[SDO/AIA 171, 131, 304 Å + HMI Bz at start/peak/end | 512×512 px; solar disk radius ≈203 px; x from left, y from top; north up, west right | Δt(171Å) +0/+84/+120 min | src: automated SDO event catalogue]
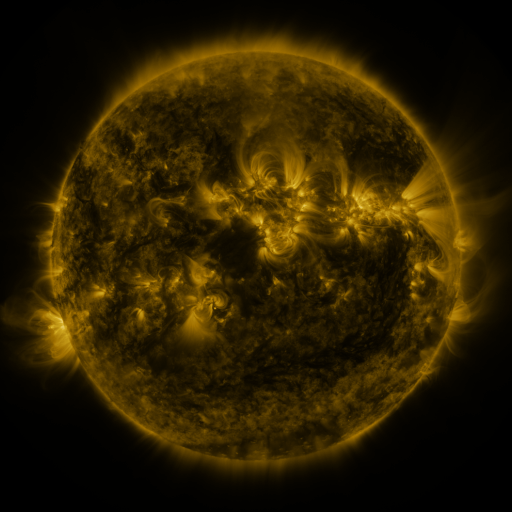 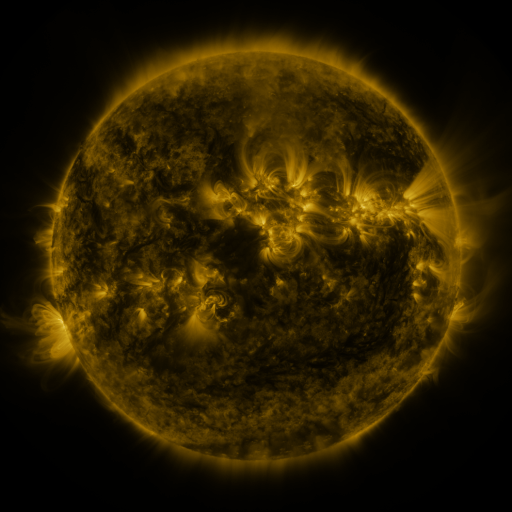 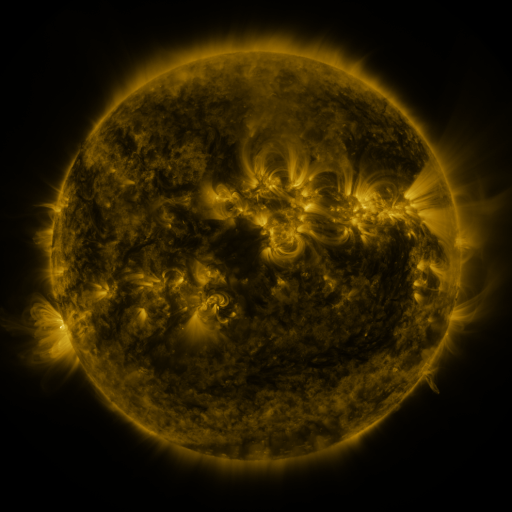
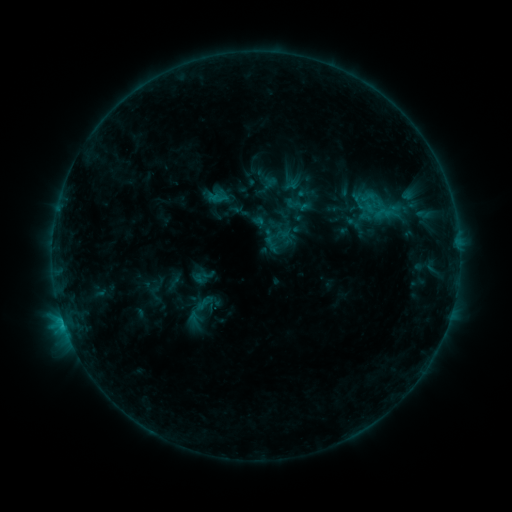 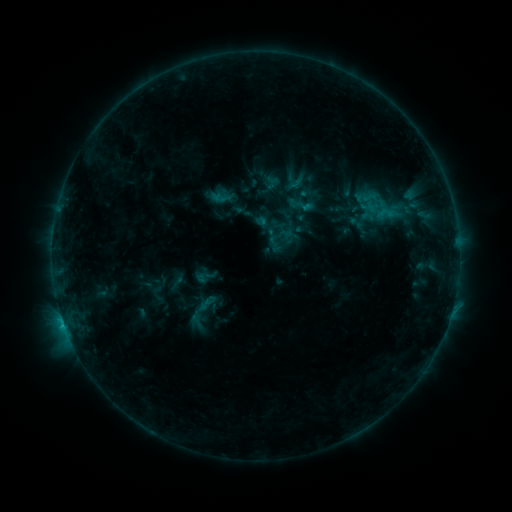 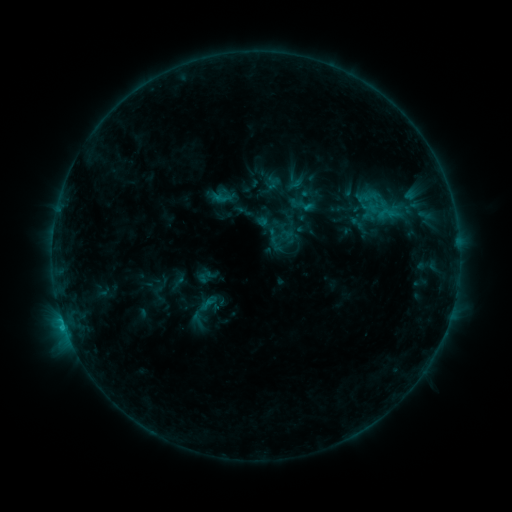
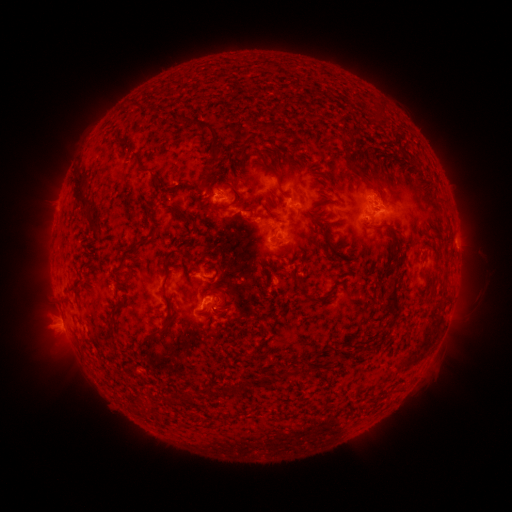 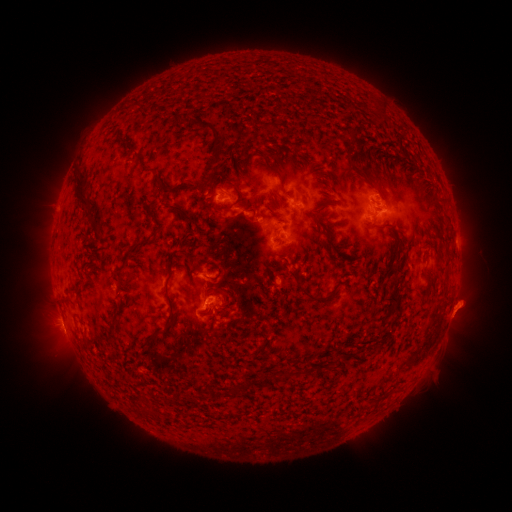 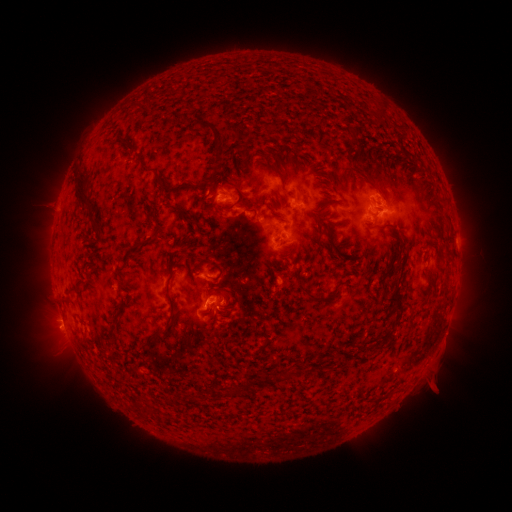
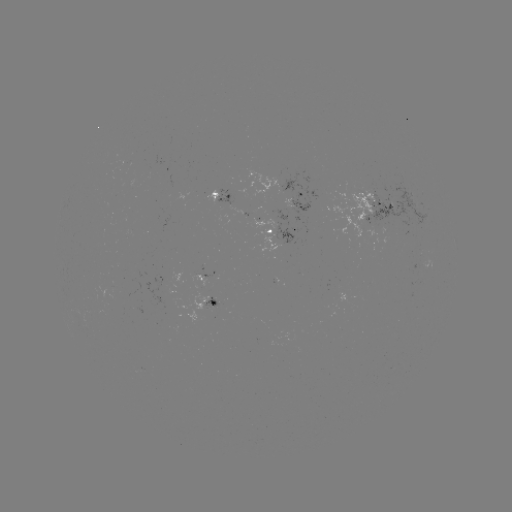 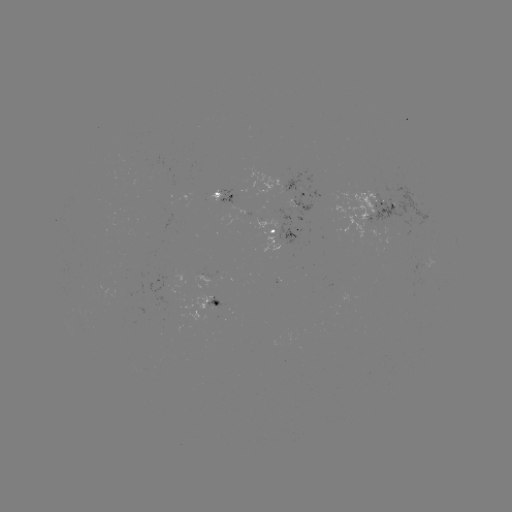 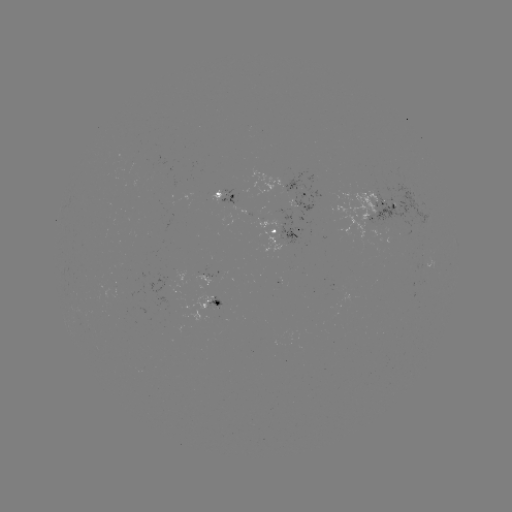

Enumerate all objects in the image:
emerging-flux region: (199, 276)
